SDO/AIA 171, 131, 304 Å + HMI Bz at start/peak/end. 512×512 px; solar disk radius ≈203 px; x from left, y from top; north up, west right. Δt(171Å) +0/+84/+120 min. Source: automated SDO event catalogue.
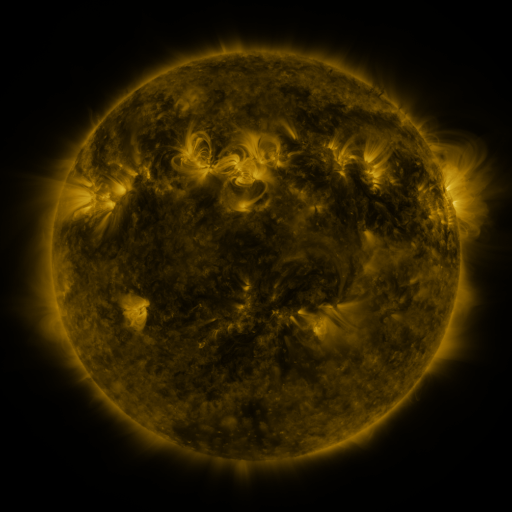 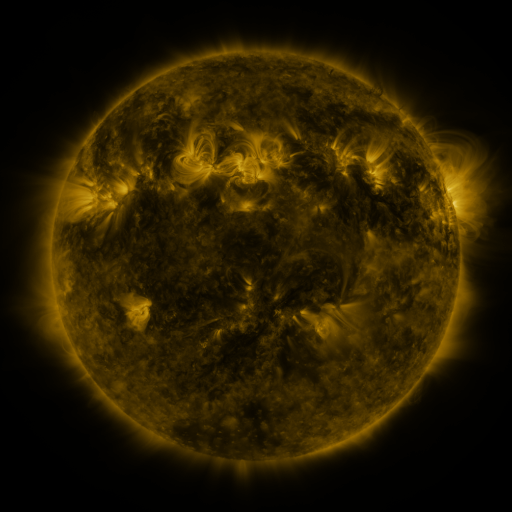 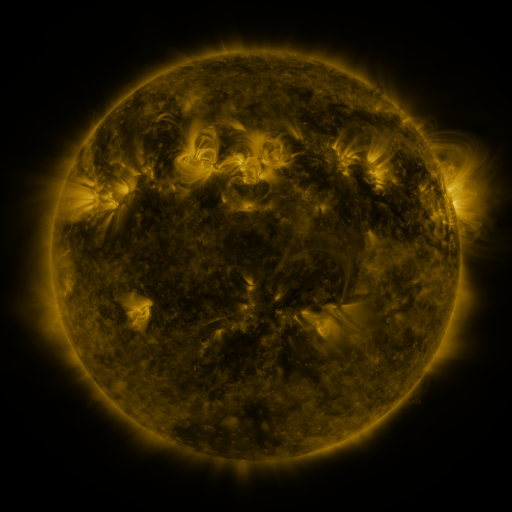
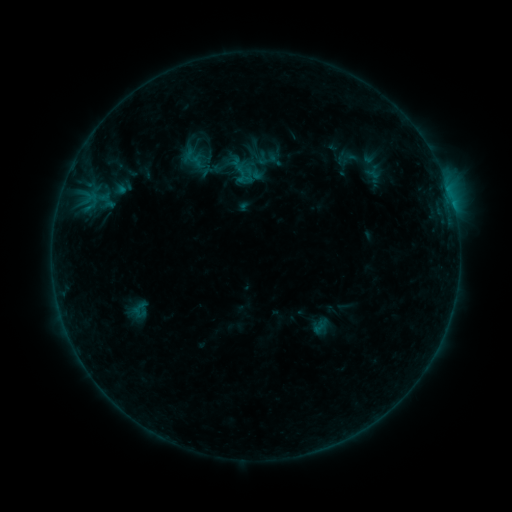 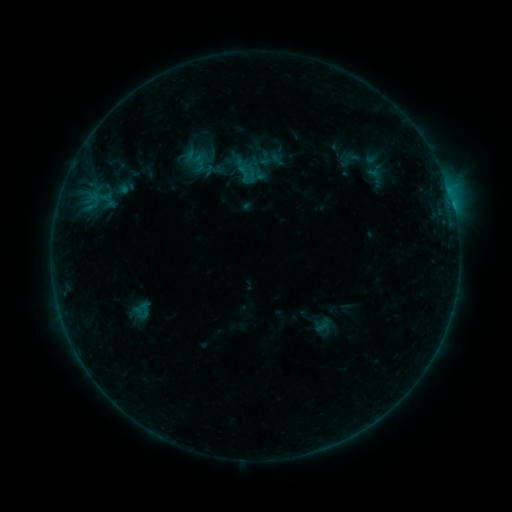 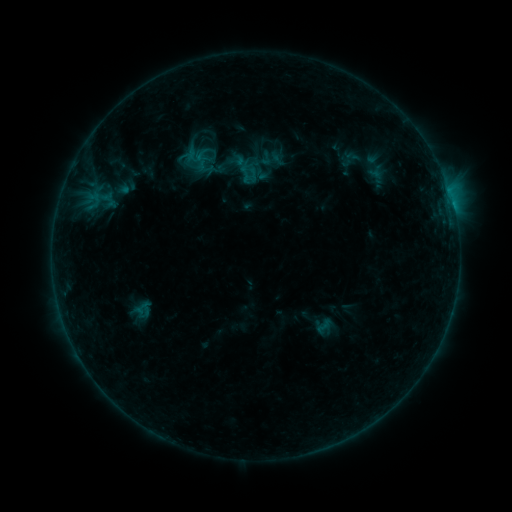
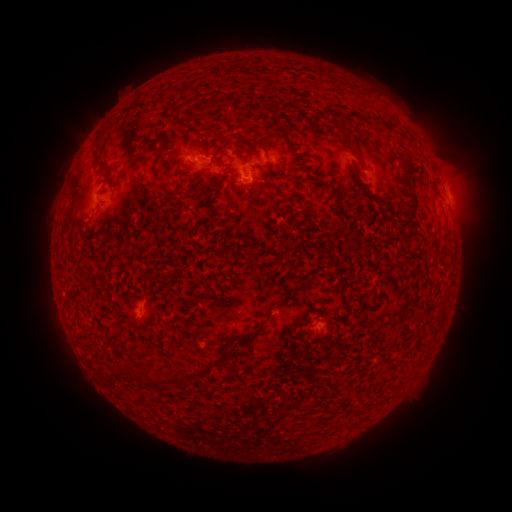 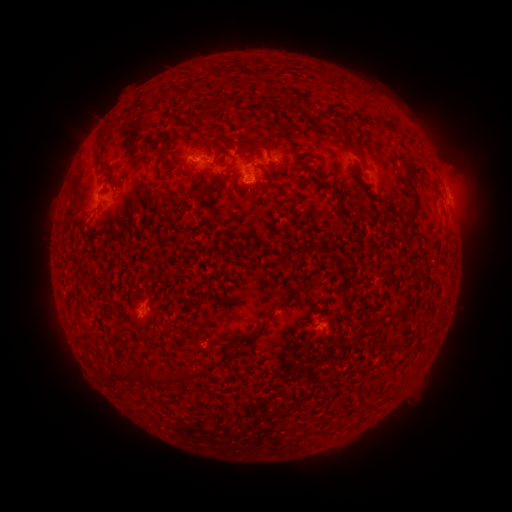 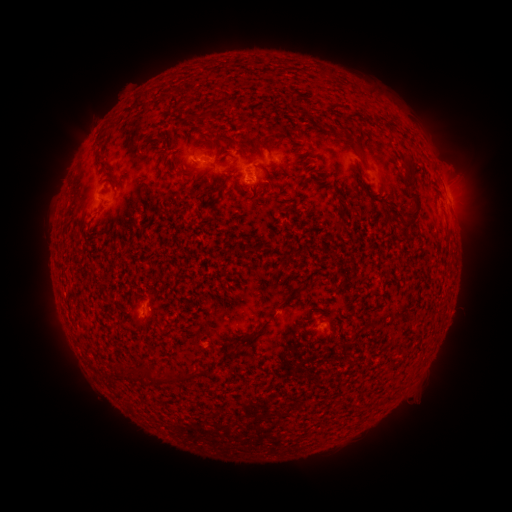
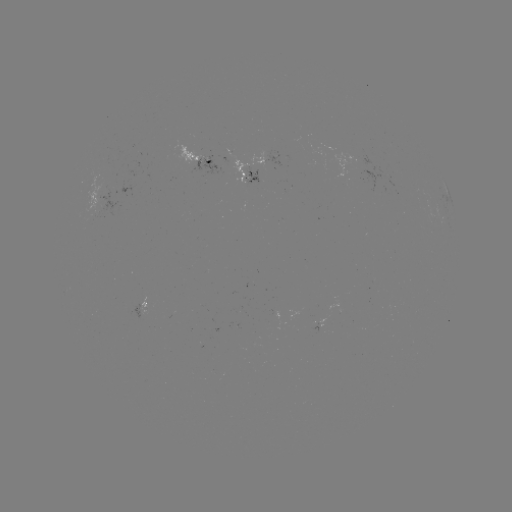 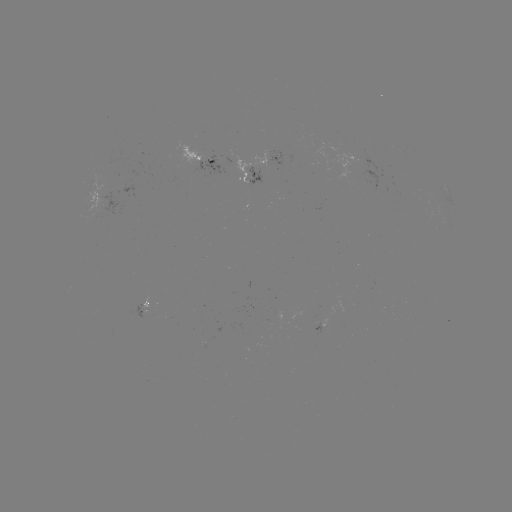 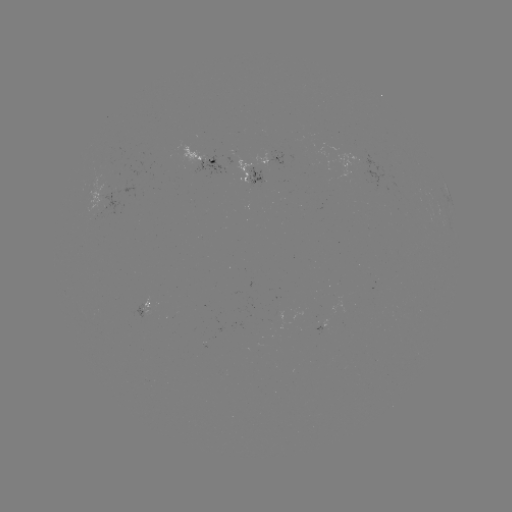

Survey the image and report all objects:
emerging-flux region: (266, 160)
